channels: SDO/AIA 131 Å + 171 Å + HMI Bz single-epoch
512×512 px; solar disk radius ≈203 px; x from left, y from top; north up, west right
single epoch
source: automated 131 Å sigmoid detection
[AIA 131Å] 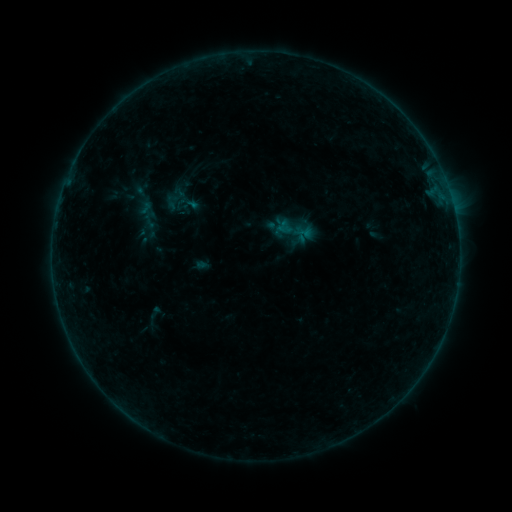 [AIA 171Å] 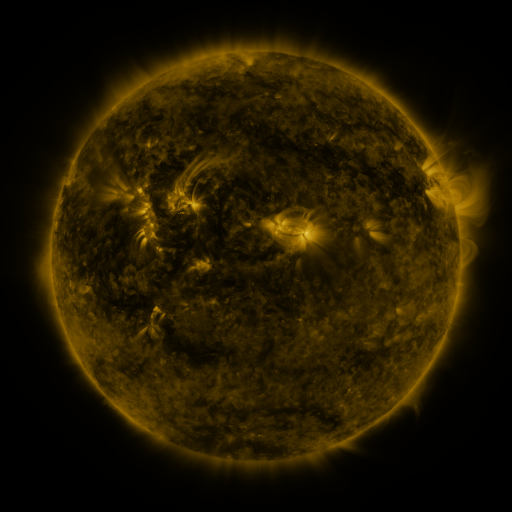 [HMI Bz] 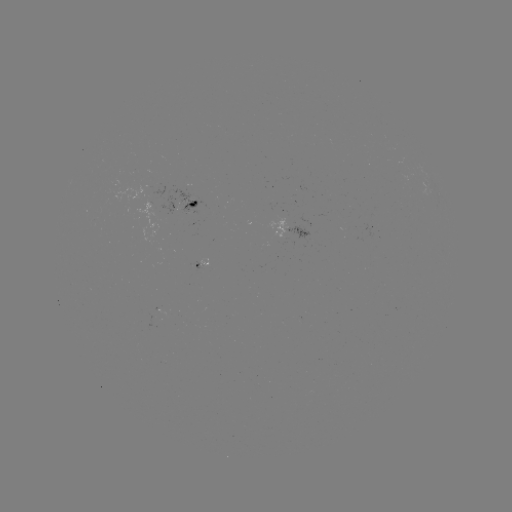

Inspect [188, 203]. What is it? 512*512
sigmoid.